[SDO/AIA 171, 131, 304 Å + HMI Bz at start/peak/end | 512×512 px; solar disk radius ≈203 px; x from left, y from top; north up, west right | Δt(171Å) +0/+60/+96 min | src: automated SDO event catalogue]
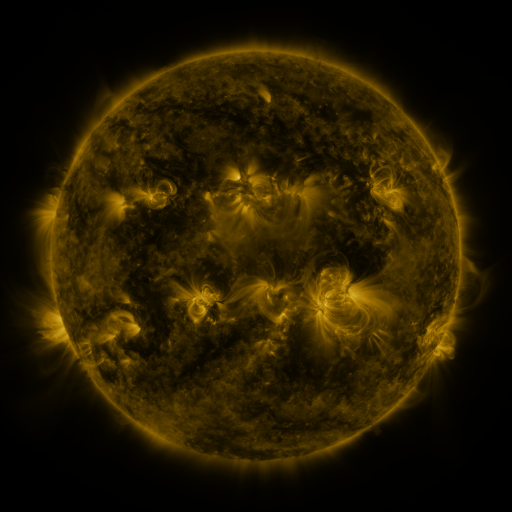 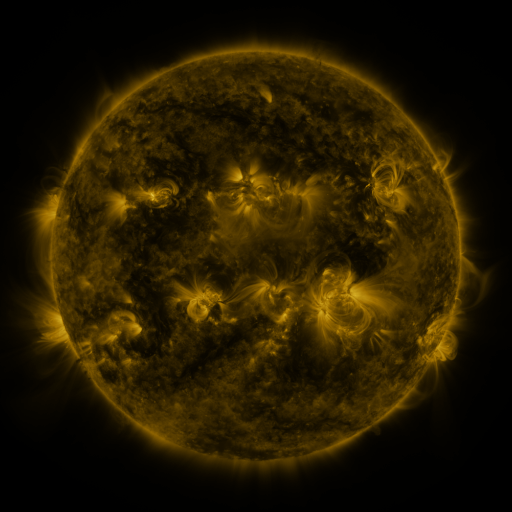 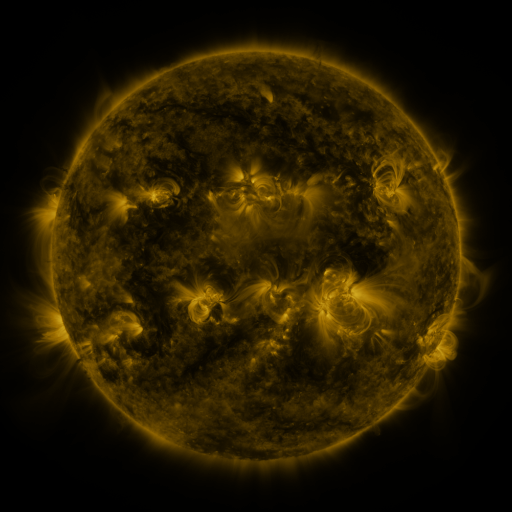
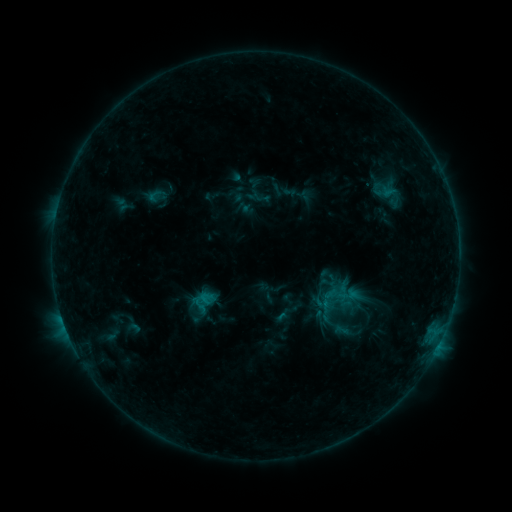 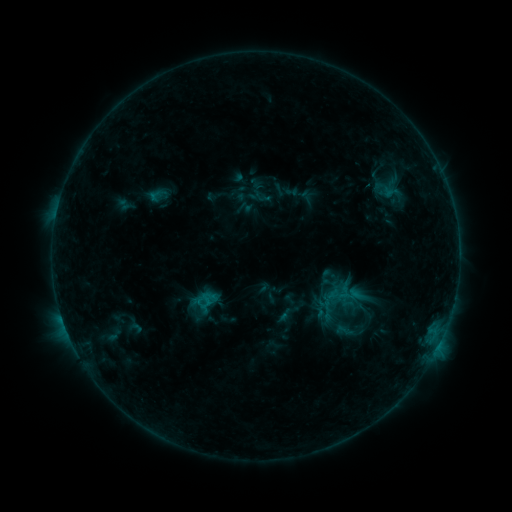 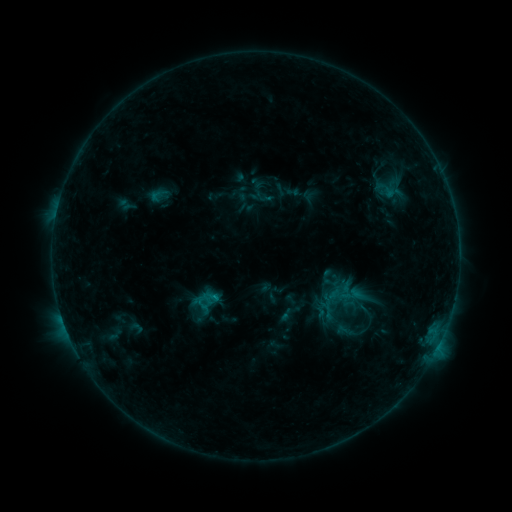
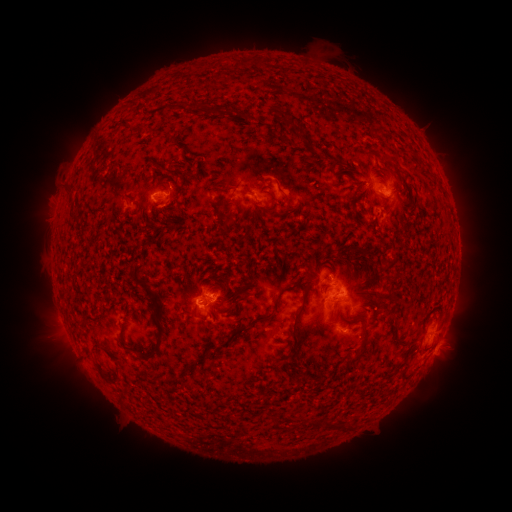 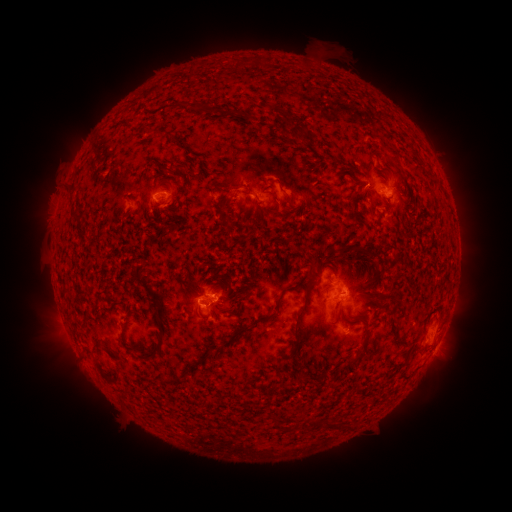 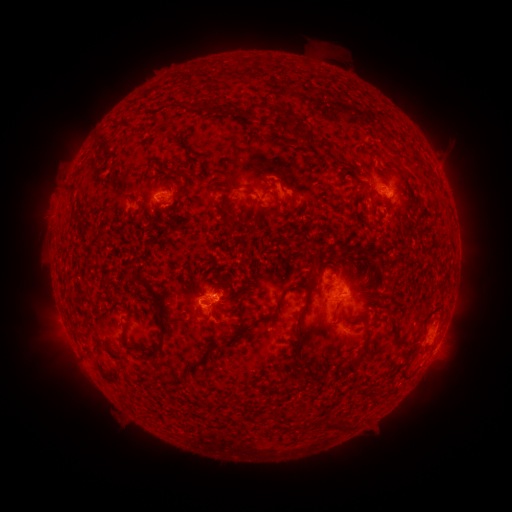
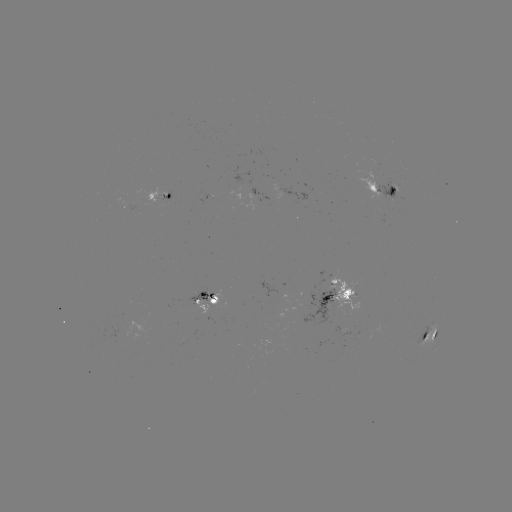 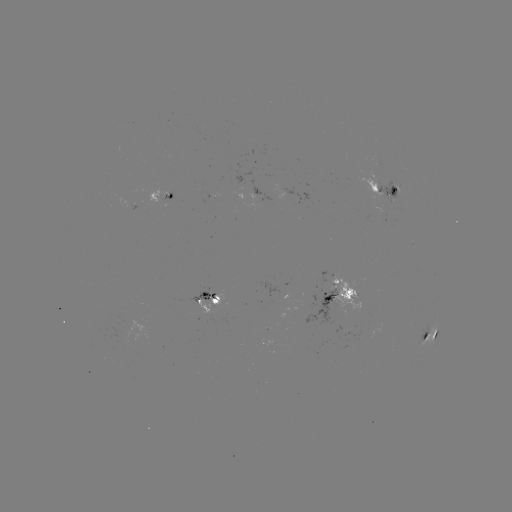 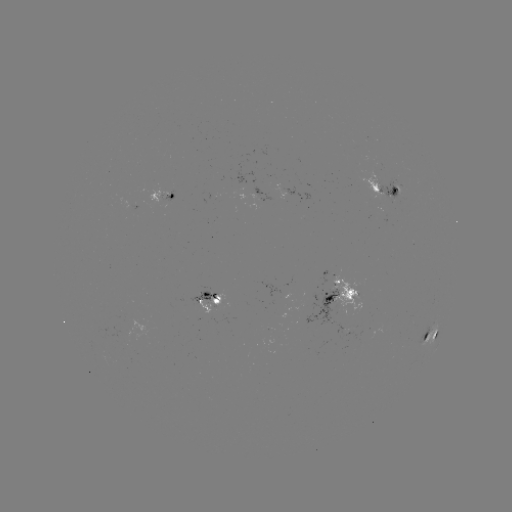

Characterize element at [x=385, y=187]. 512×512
emerging-flux region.